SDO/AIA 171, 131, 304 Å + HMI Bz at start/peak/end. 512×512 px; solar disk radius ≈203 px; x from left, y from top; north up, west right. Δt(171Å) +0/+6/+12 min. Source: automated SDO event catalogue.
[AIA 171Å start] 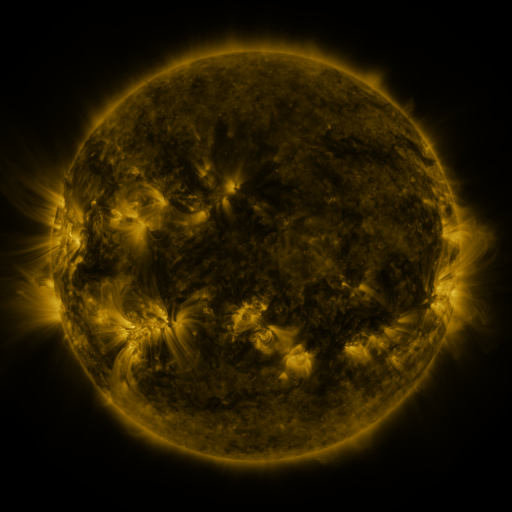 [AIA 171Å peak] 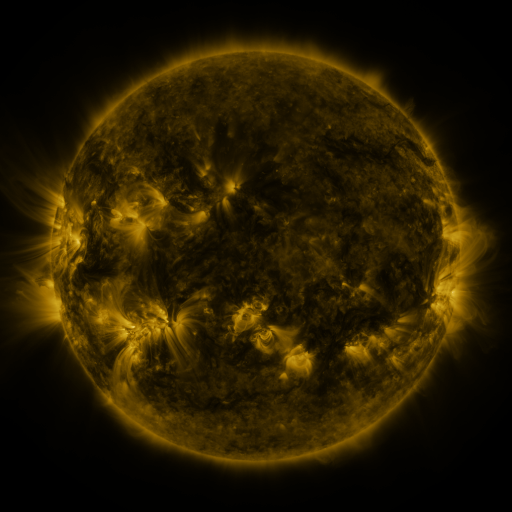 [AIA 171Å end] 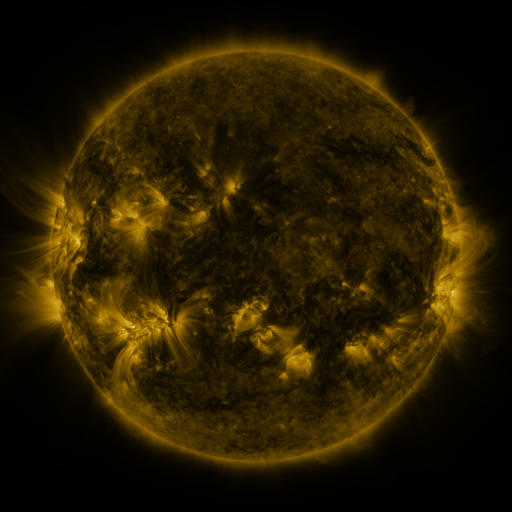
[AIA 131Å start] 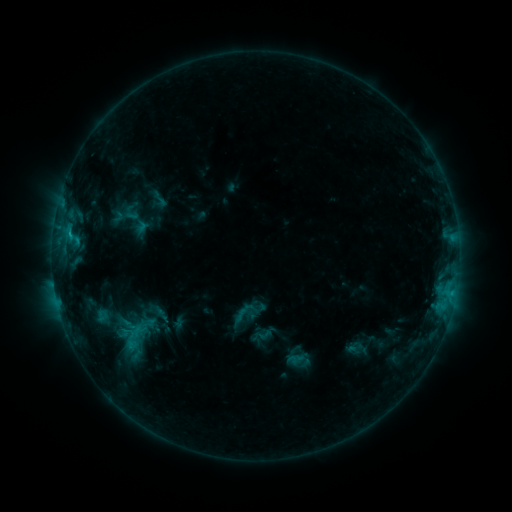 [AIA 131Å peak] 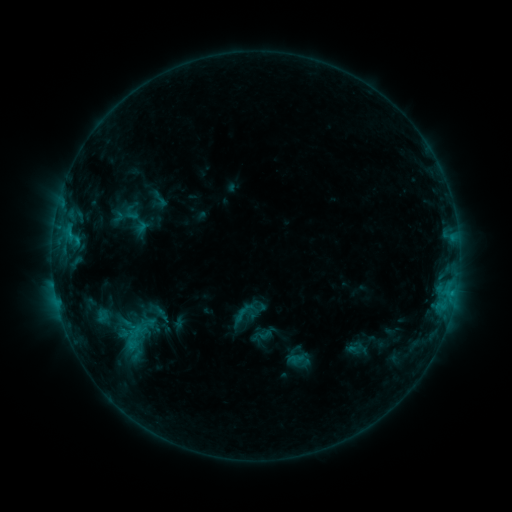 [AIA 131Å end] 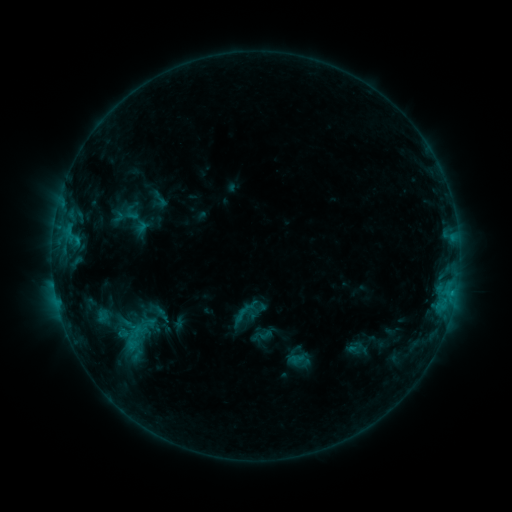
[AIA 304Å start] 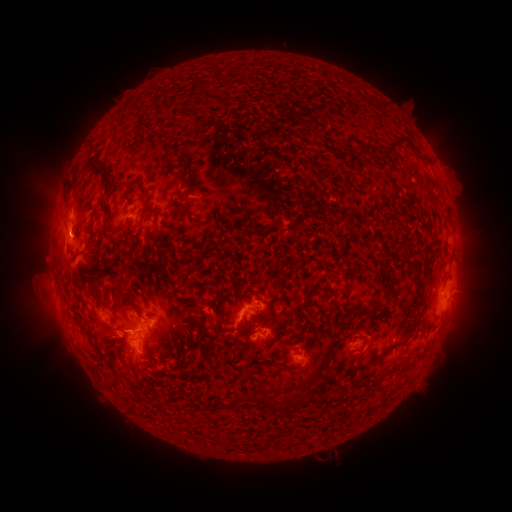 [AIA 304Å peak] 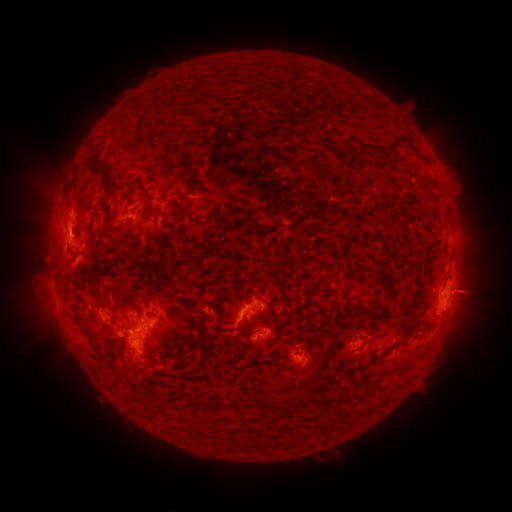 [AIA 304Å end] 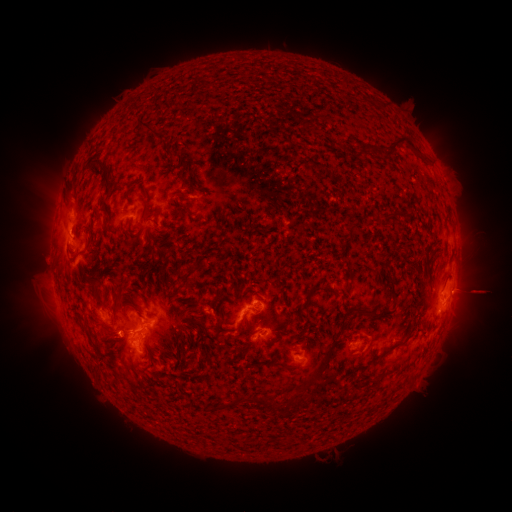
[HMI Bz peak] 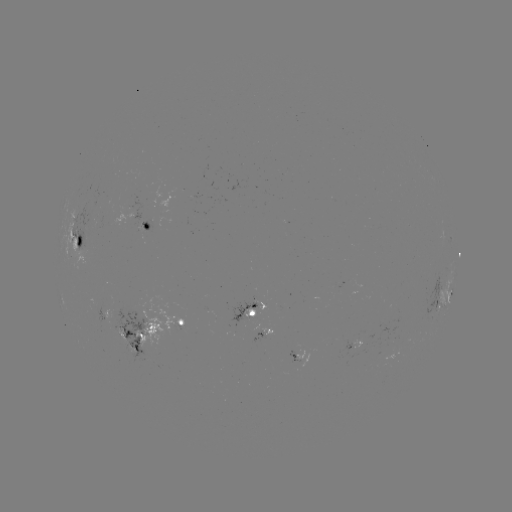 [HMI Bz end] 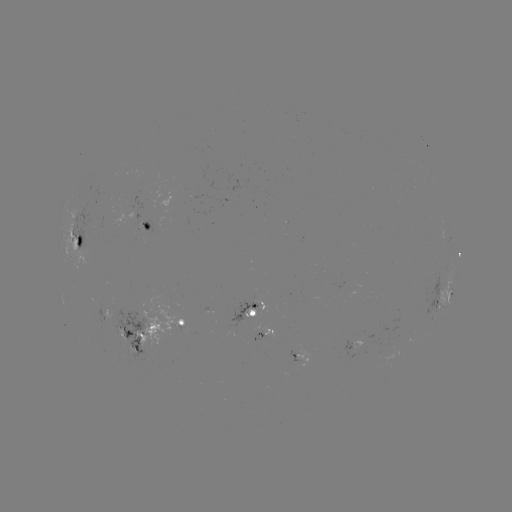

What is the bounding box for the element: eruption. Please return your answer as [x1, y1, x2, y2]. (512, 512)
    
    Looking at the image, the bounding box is [449, 269, 500, 318].